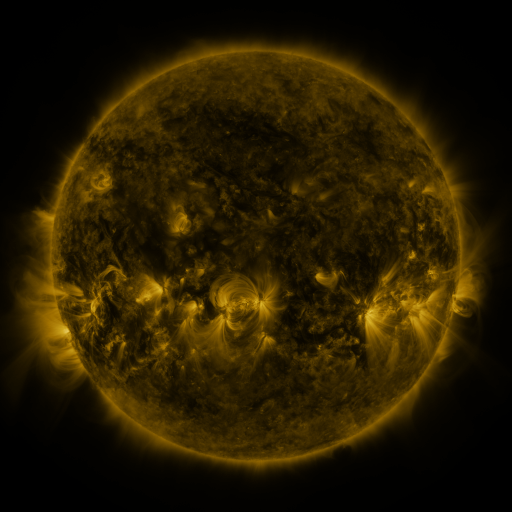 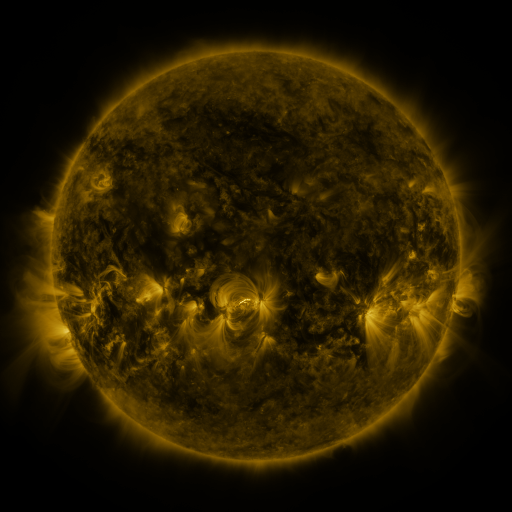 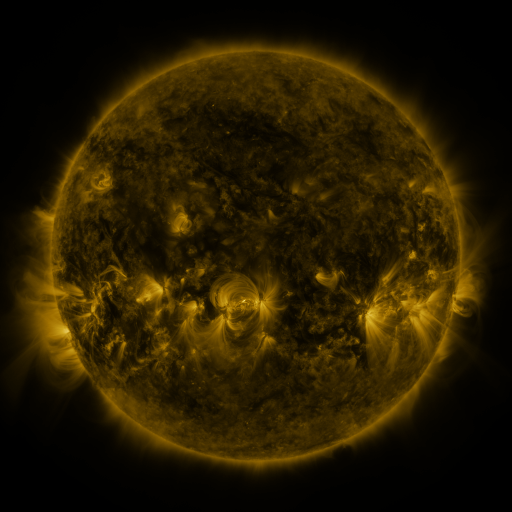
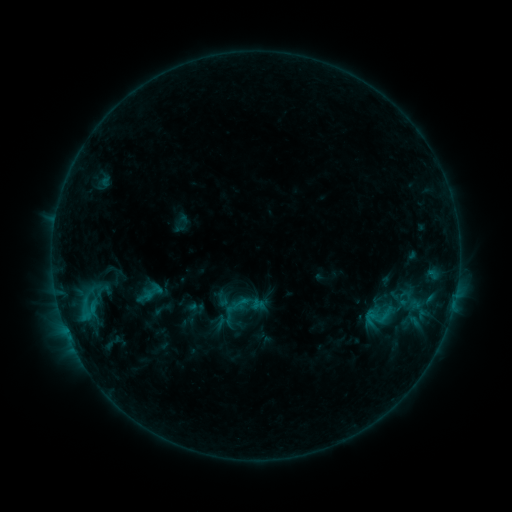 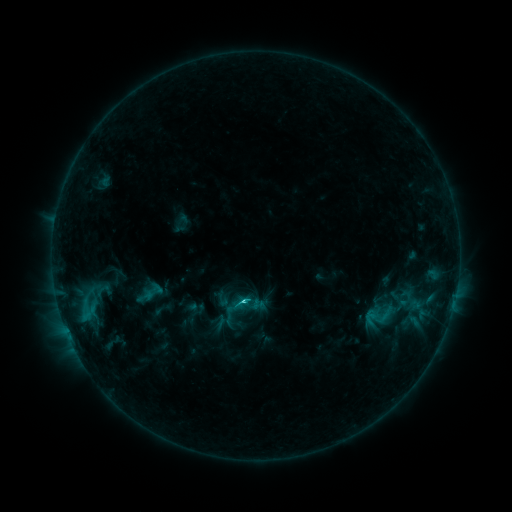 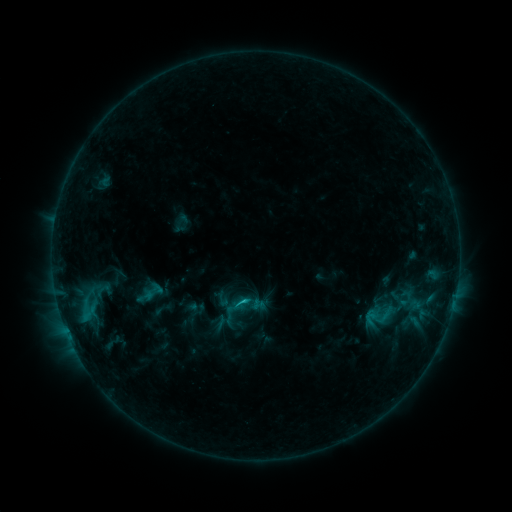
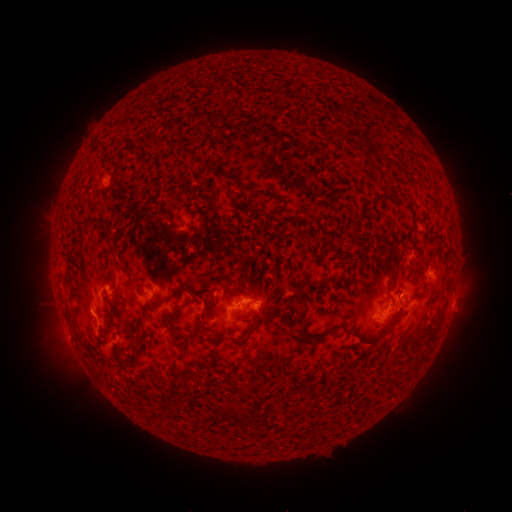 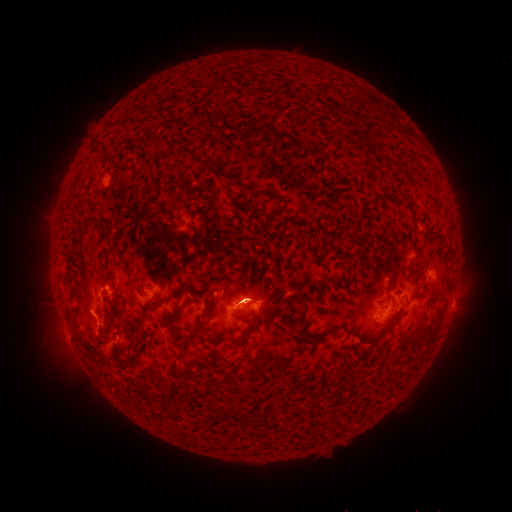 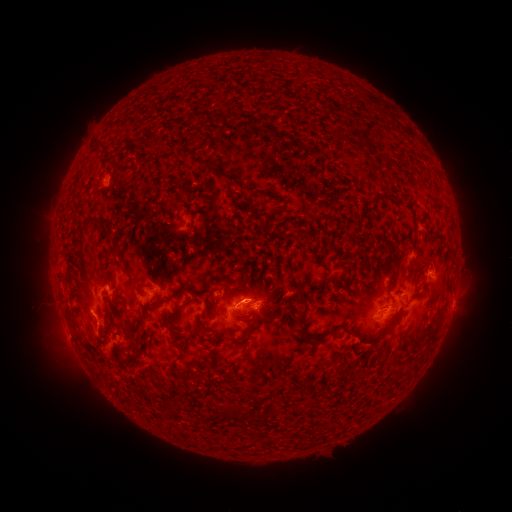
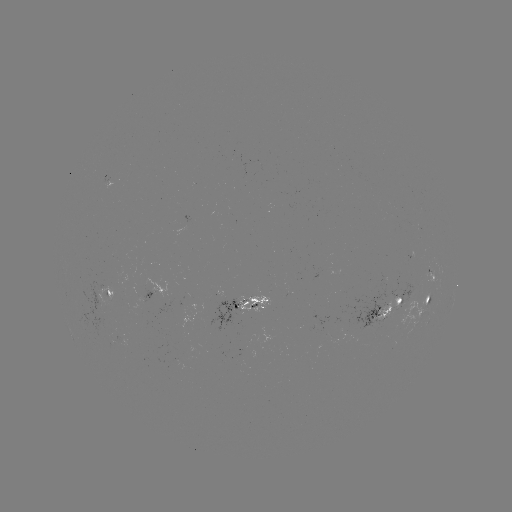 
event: flare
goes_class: C2.8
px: (245, 299)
